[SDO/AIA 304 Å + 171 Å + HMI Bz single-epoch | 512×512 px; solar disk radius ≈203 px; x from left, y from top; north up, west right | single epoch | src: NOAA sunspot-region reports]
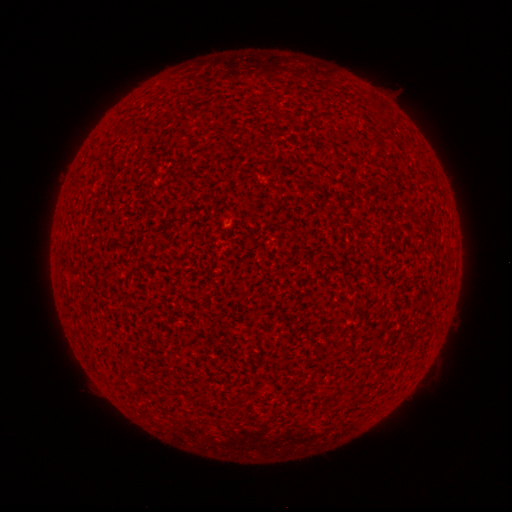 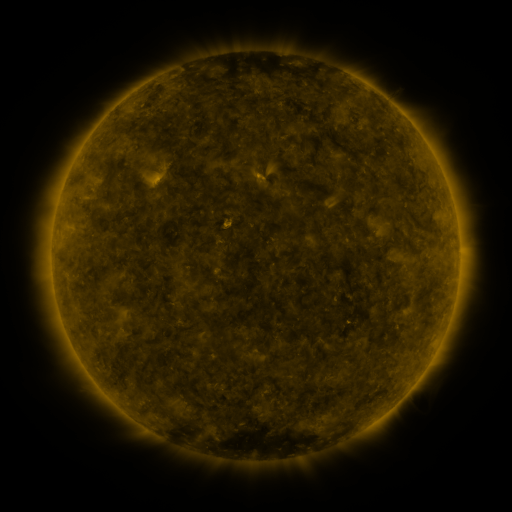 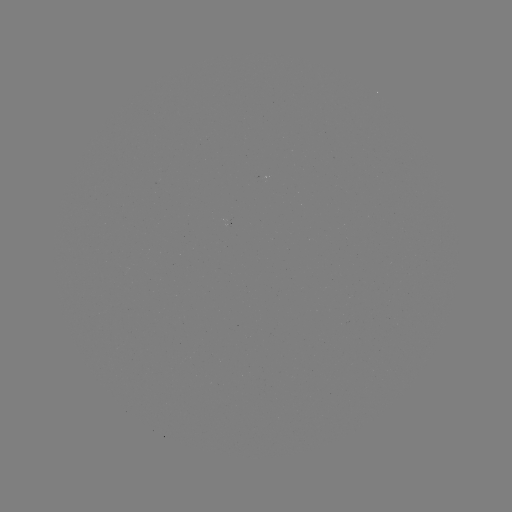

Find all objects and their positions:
(none)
